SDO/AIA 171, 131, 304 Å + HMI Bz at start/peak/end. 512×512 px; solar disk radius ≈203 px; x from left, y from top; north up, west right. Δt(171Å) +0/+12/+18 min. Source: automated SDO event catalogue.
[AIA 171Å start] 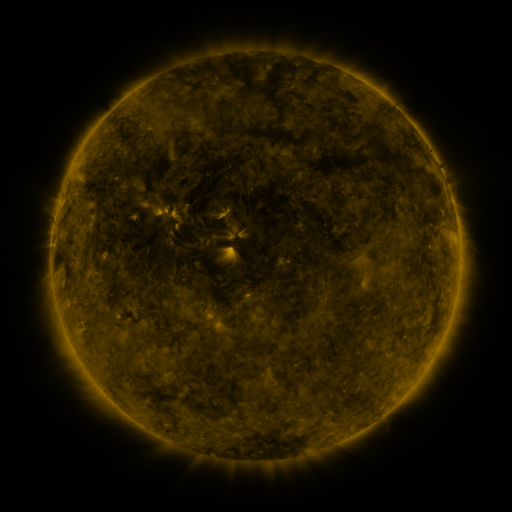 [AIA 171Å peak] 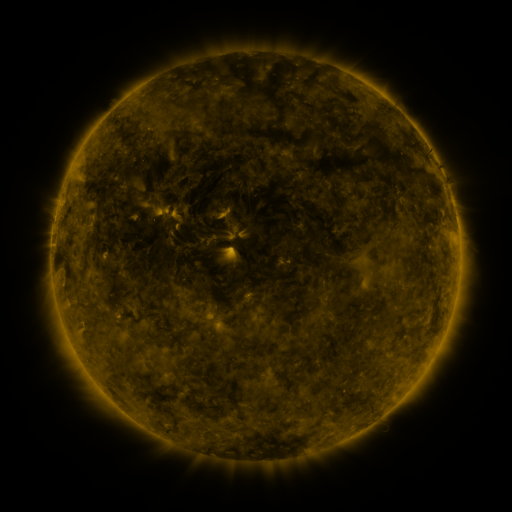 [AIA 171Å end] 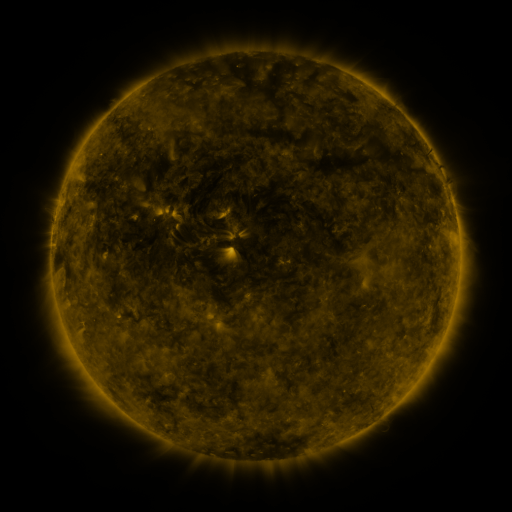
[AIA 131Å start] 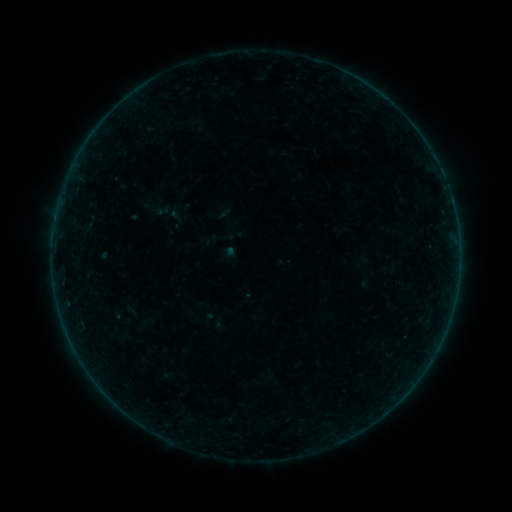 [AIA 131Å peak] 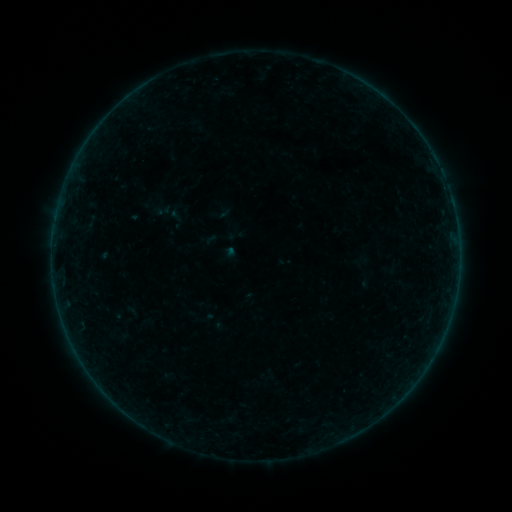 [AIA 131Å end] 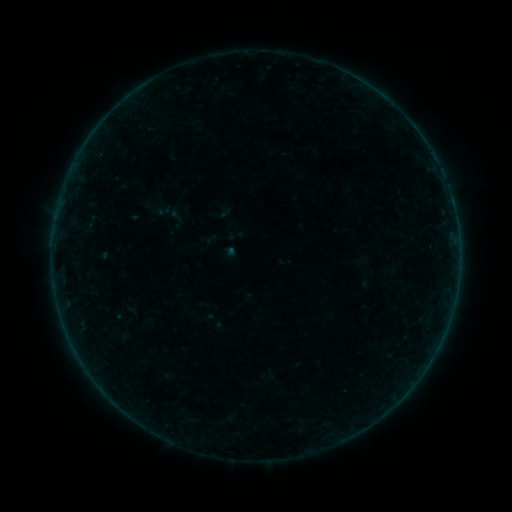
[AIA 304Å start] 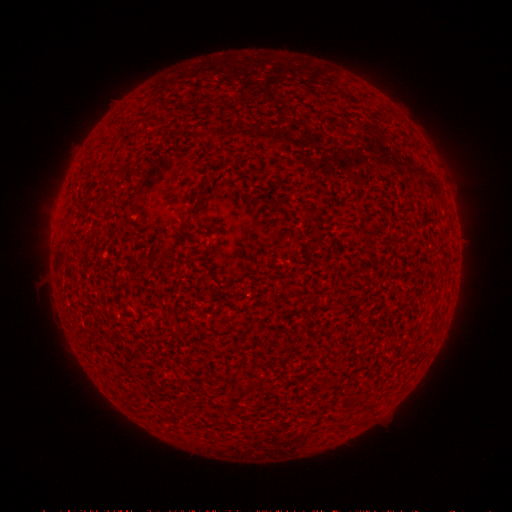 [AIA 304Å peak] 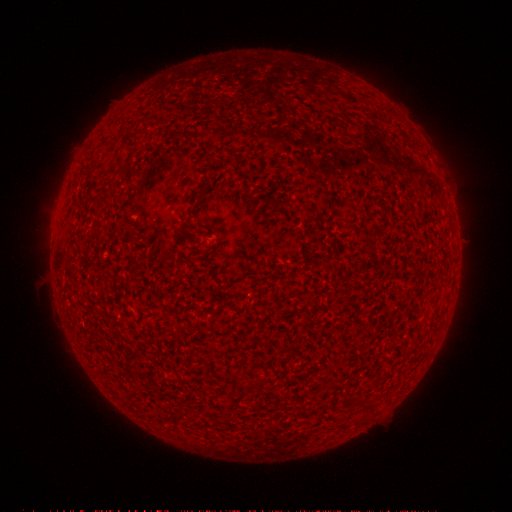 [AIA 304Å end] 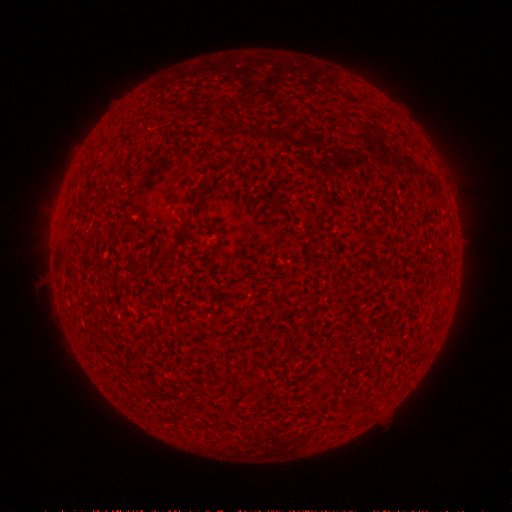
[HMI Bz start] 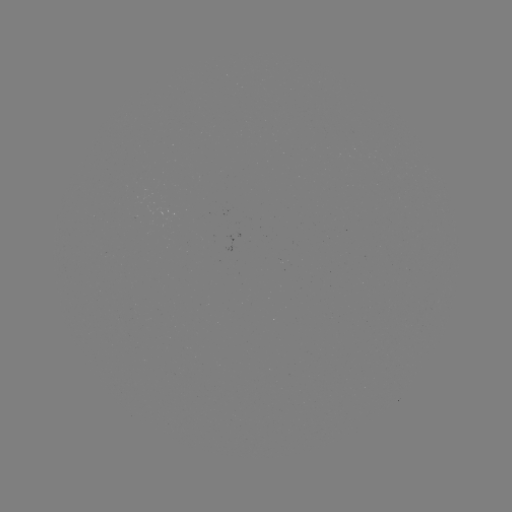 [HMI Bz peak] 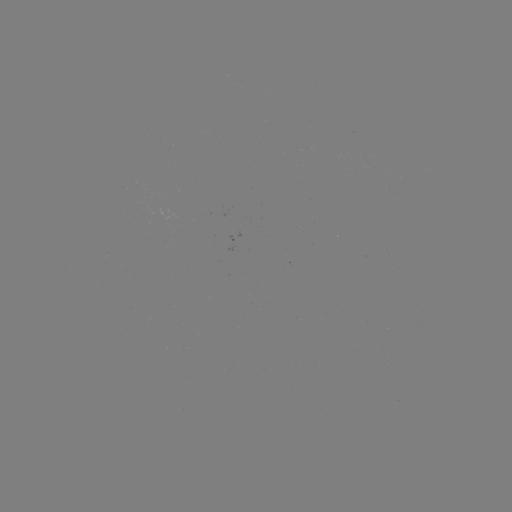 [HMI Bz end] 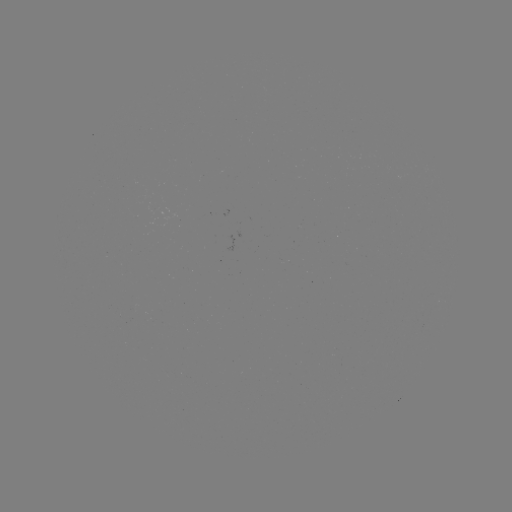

no flare in any classed list; no EUV-trigger detection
